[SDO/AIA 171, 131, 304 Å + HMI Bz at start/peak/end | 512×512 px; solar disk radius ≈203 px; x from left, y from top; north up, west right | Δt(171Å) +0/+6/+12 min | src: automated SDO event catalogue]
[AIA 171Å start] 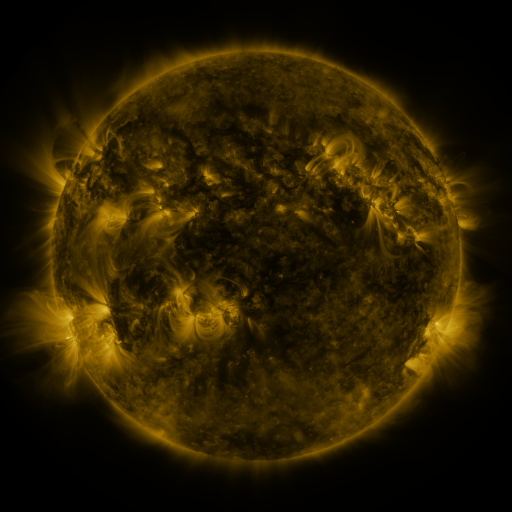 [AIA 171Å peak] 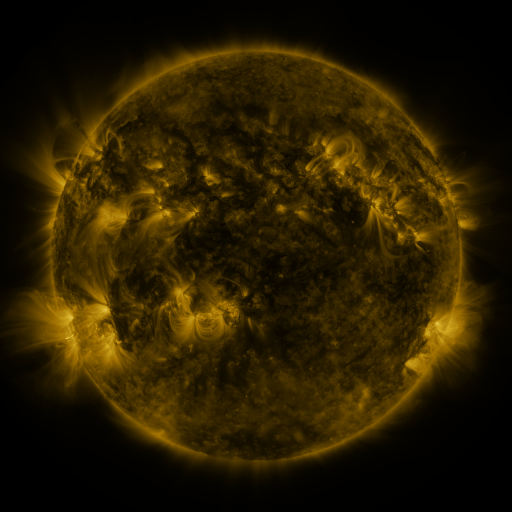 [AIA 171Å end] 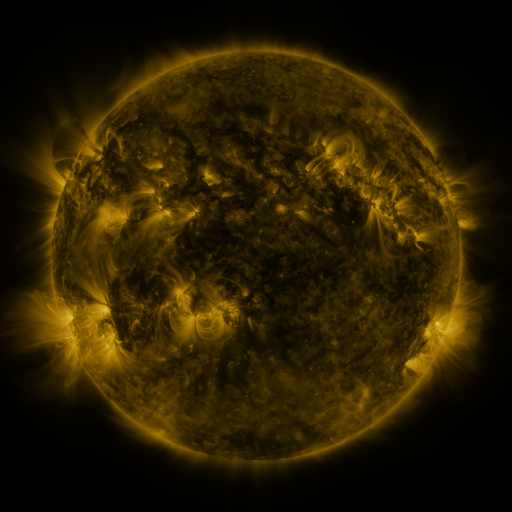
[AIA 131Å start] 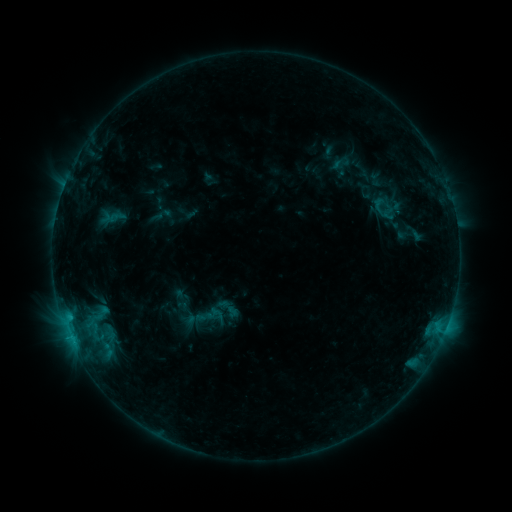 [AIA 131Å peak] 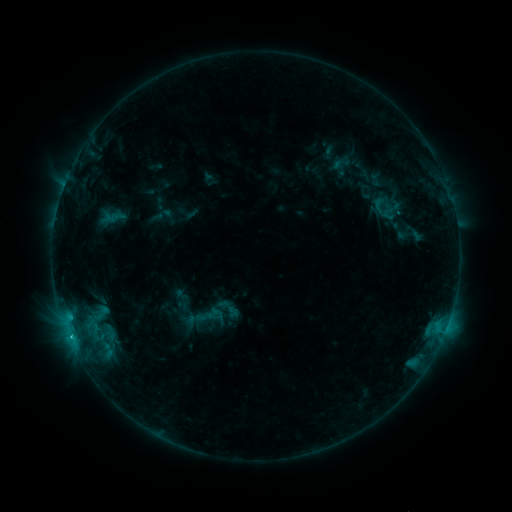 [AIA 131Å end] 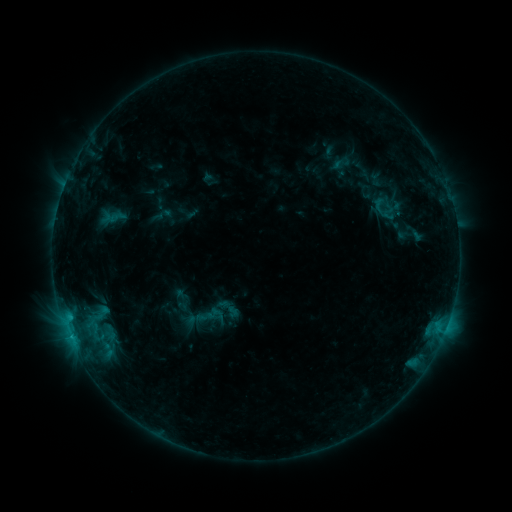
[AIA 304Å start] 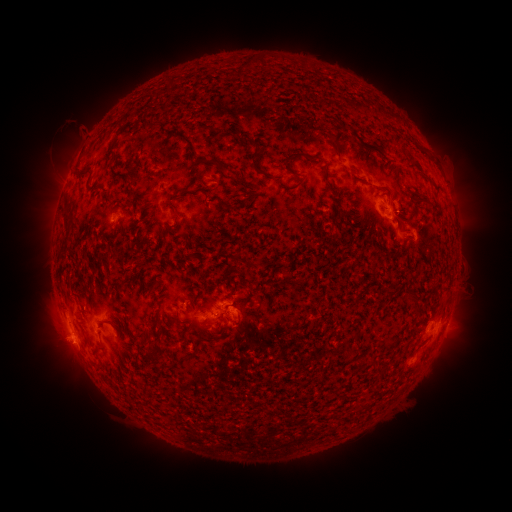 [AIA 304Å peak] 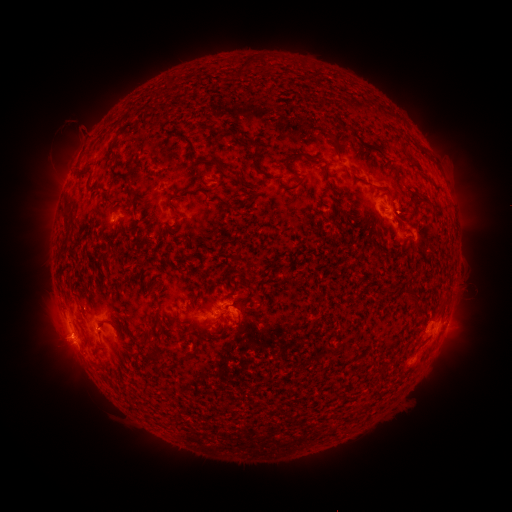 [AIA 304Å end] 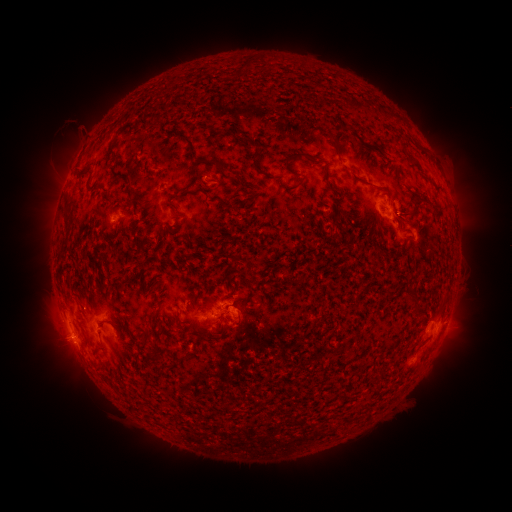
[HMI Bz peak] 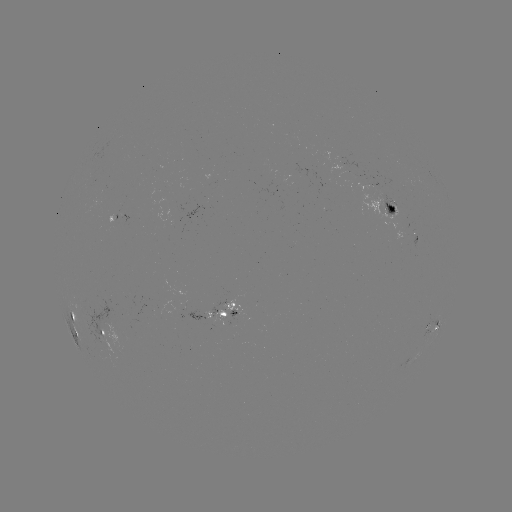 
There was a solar flare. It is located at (70, 334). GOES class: B8.6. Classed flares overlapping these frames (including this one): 1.